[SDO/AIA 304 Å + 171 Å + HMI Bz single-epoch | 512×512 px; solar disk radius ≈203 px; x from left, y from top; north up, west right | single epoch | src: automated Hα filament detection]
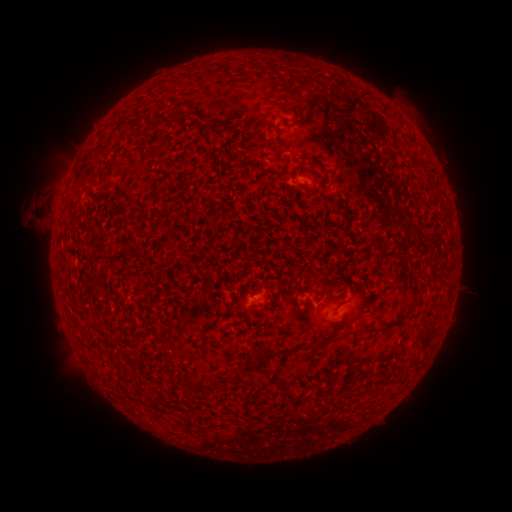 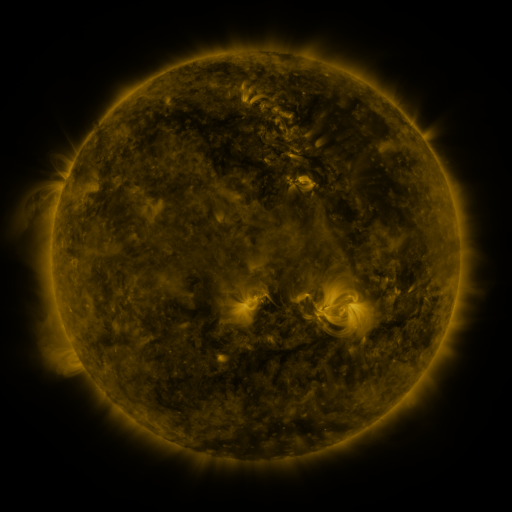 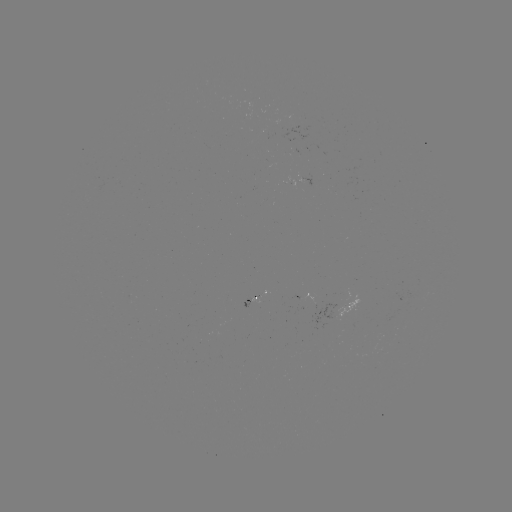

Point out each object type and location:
filament: <bbox>206, 63, 216, 71</bbox>
filament: <bbox>290, 77, 312, 89</bbox>
filament: <bbox>263, 139, 277, 148</bbox>
filament: <bbox>256, 162, 265, 173</bbox>
filament: <bbox>262, 180, 271, 192</bbox>
filament: <bbox>315, 279, 327, 289</bbox>
filament: <bbox>199, 322, 213, 334</bbox>
filament: <bbox>316, 336, 334, 348</bbox>
filament: <bbox>191, 375, 204, 391</bbox>
filament: <bbox>211, 376, 222, 384</bbox>
